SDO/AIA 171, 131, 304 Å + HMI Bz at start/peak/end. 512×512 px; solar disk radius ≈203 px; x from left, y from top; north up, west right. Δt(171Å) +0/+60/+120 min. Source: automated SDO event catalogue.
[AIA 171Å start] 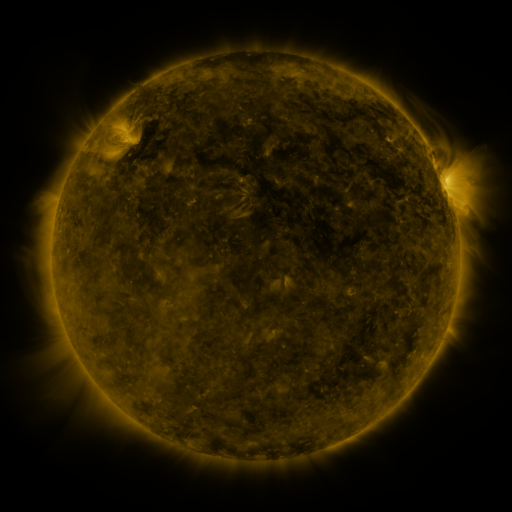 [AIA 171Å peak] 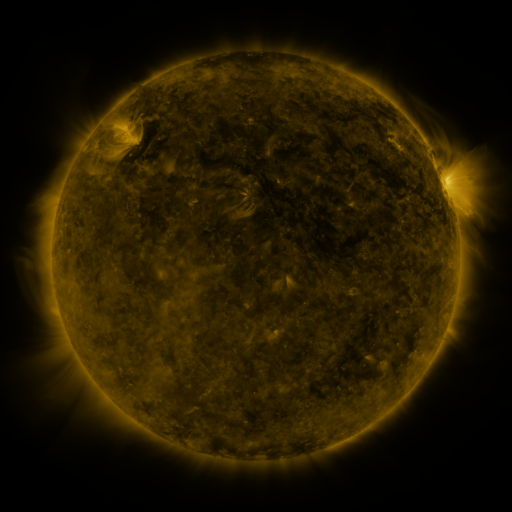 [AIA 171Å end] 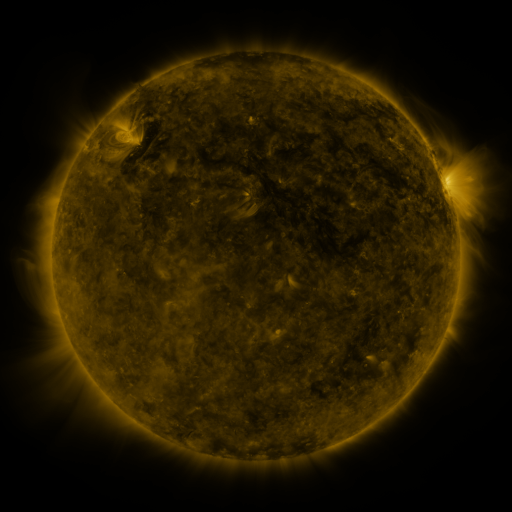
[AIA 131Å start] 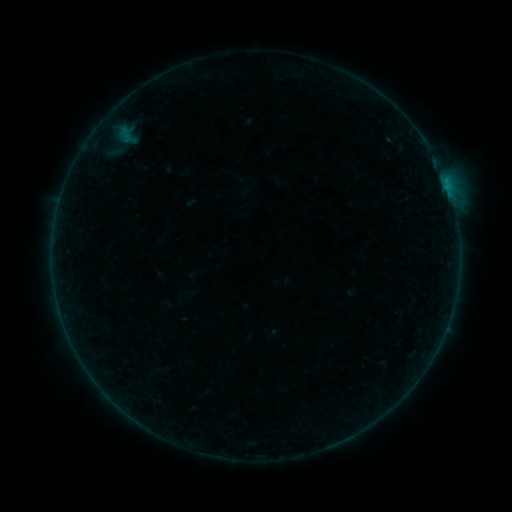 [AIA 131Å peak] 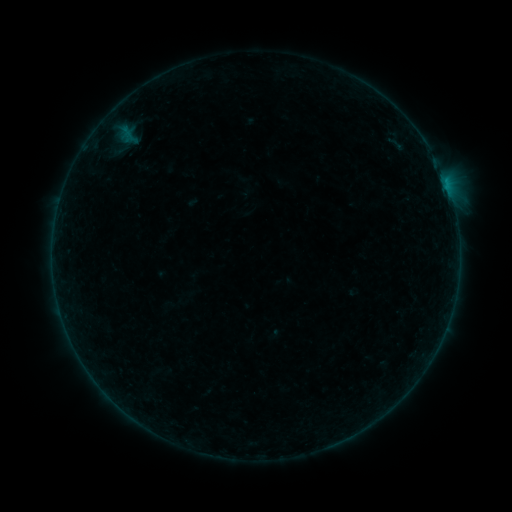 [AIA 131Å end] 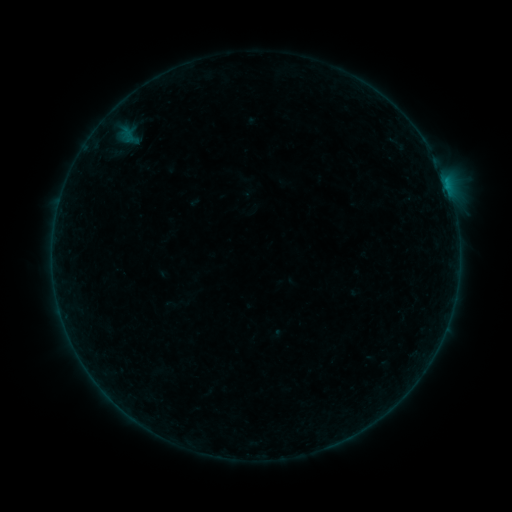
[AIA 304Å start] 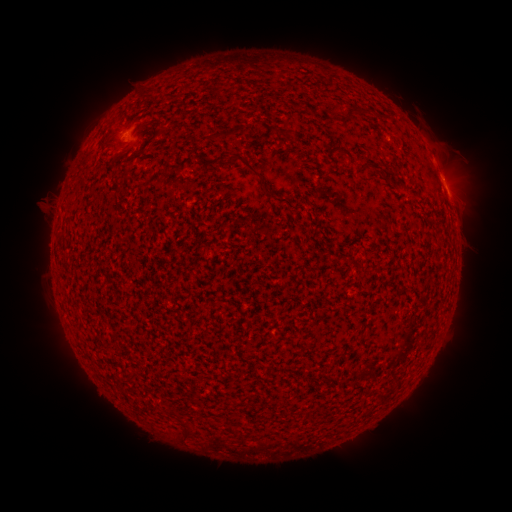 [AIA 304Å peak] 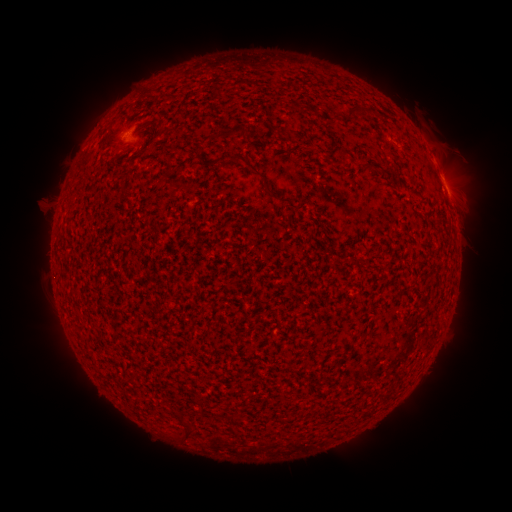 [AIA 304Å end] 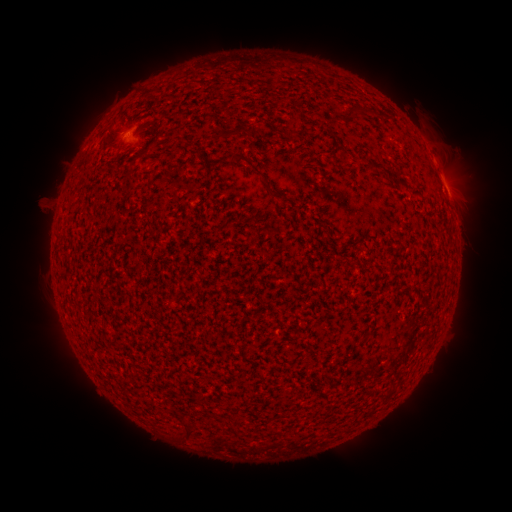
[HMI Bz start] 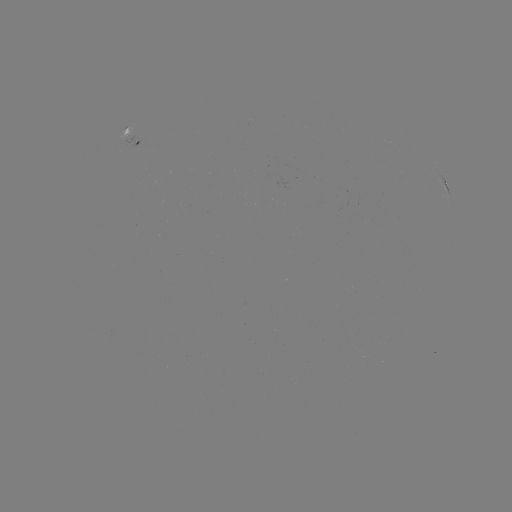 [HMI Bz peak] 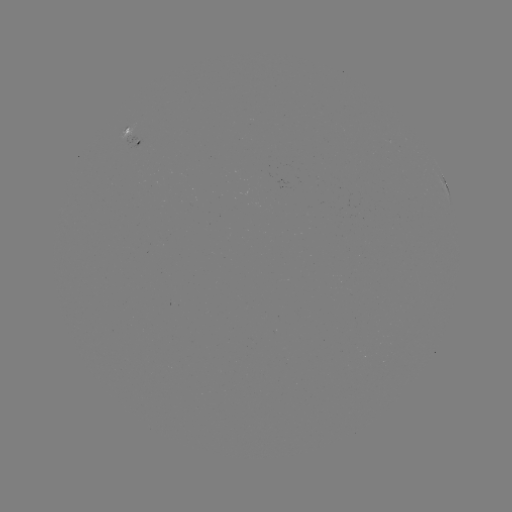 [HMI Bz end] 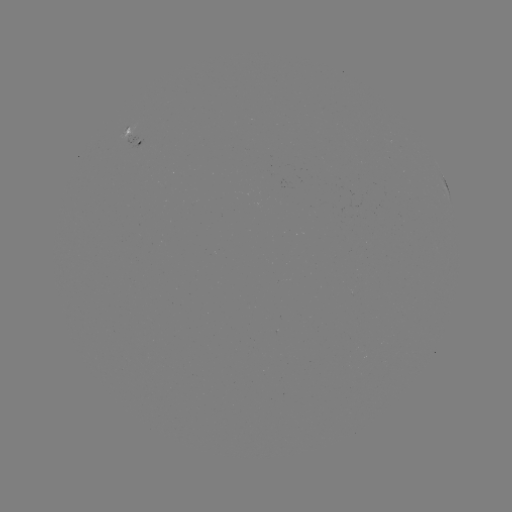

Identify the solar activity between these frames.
filament eruption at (406, 133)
